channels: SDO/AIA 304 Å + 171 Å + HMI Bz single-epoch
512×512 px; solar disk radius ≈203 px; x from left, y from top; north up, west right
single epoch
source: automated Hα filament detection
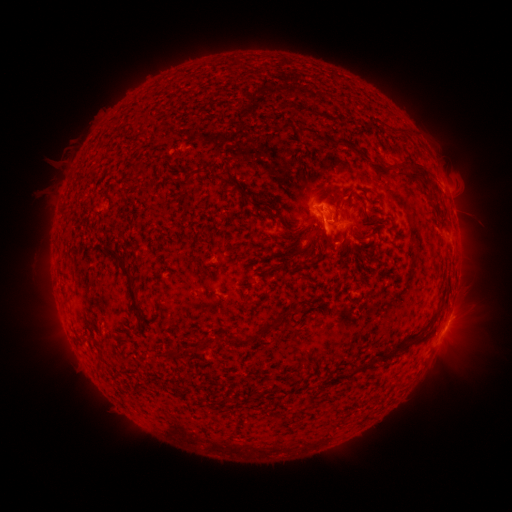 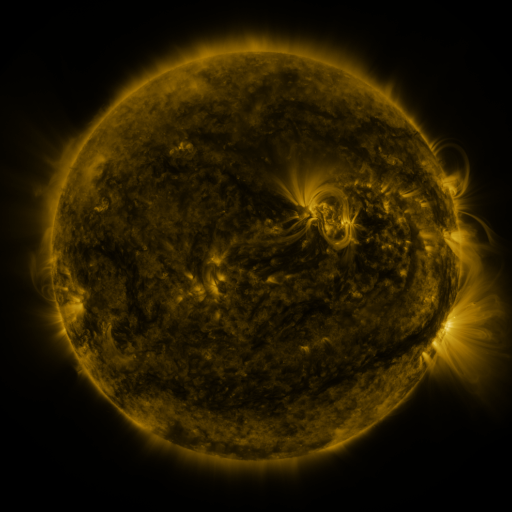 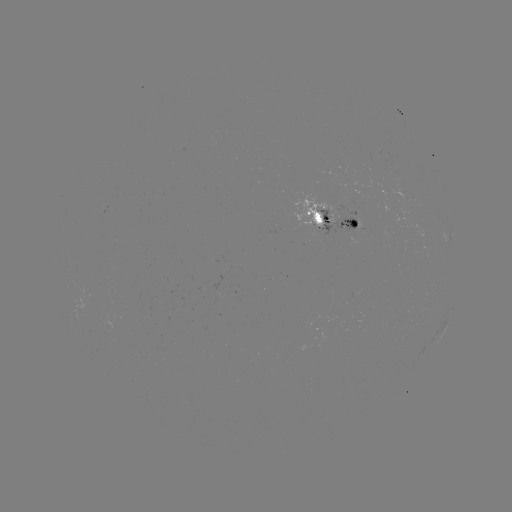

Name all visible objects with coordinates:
filament: (276, 119, 291, 131)
filament: (295, 124, 315, 136)
filament: (320, 134, 329, 145)
filament: (407, 159, 432, 187)
filament: (182, 171, 193, 187)
filament: (211, 172, 225, 182)
filament: (356, 193, 366, 207)
filament: (248, 199, 261, 211)
filament: (267, 210, 278, 222)
filament: (61, 211, 70, 221)
filament: (357, 213, 379, 224)
filament: (279, 220, 293, 232)
filament: (315, 223, 332, 247)
filament: (365, 226, 377, 236)
filament: (338, 227, 362, 259)
filament: (97, 245, 143, 314)
filament: (291, 246, 303, 256)
filament: (347, 294, 357, 302)
filament: (260, 309, 289, 336)
filament: (233, 333, 250, 345)
filament: (167, 347, 184, 360)
filament: (371, 354, 379, 363)
